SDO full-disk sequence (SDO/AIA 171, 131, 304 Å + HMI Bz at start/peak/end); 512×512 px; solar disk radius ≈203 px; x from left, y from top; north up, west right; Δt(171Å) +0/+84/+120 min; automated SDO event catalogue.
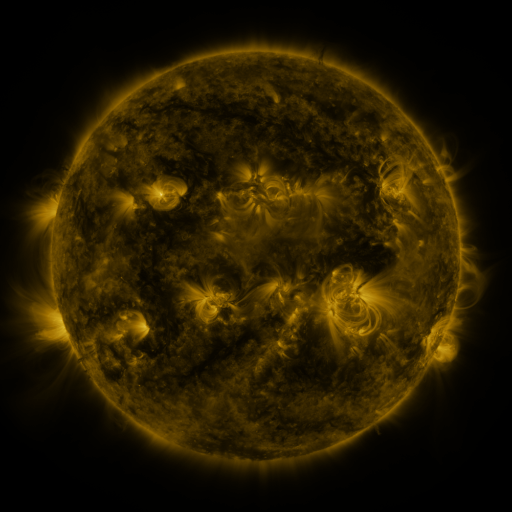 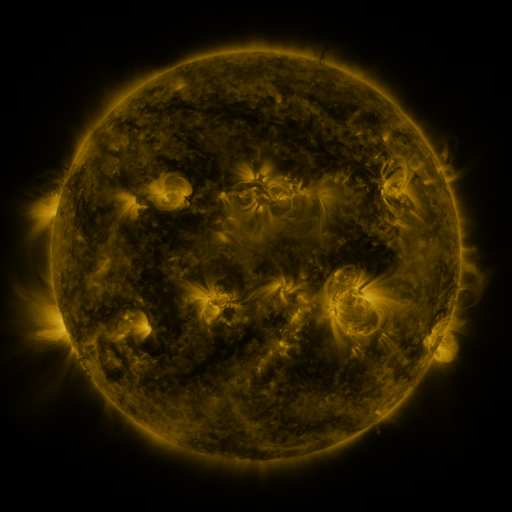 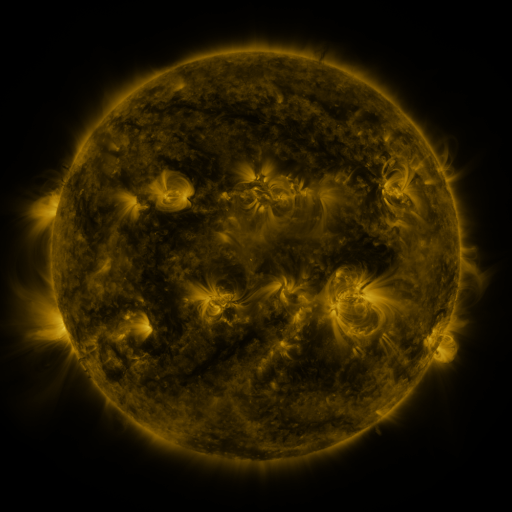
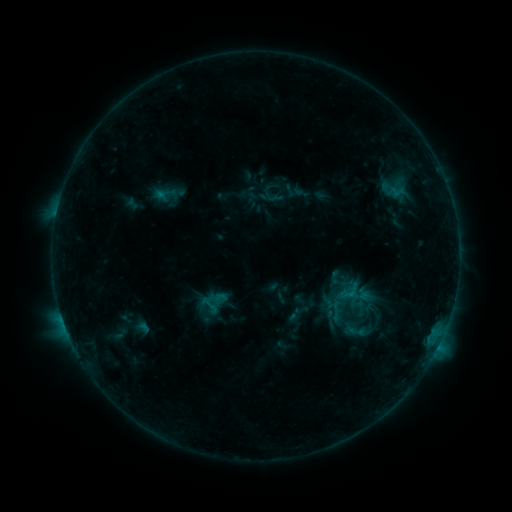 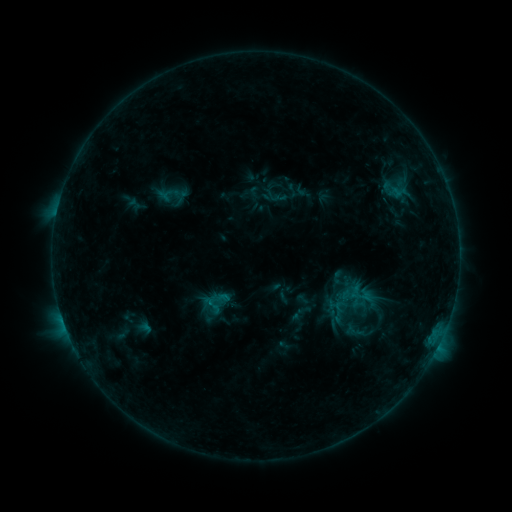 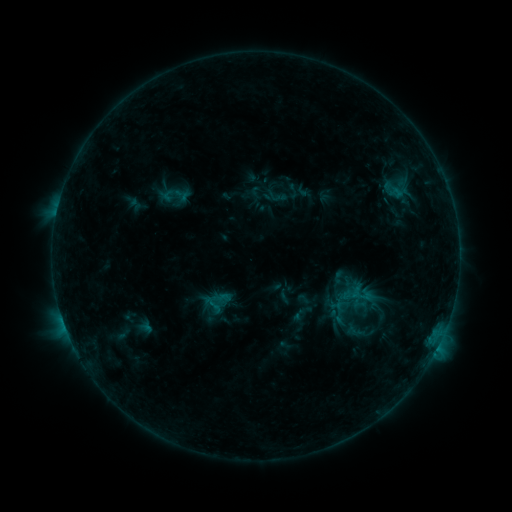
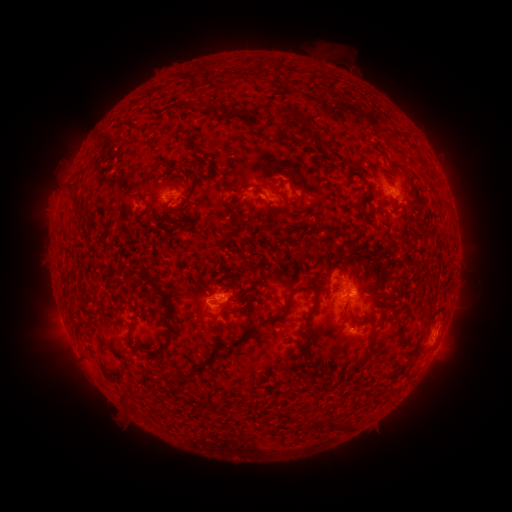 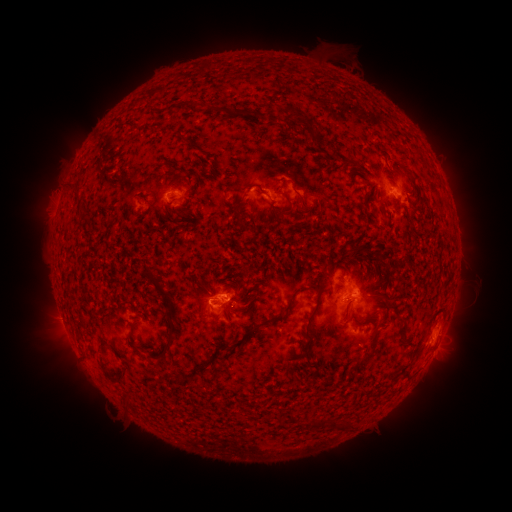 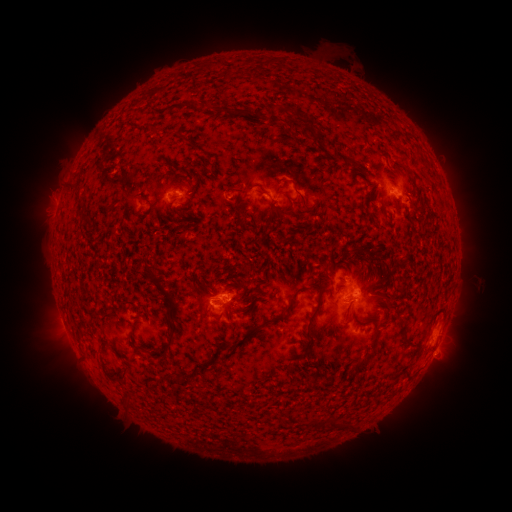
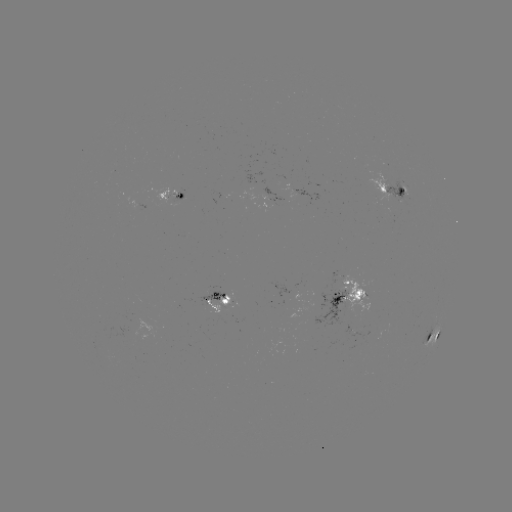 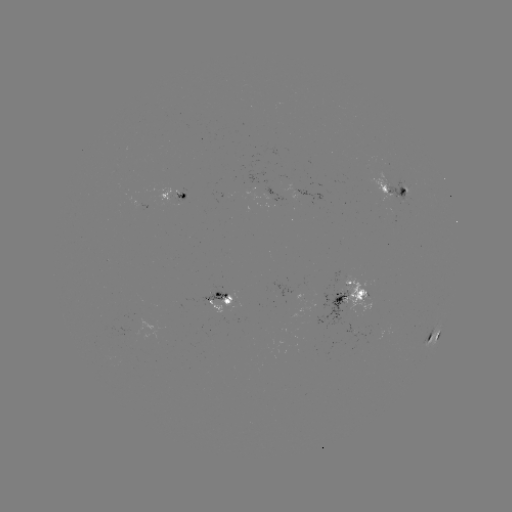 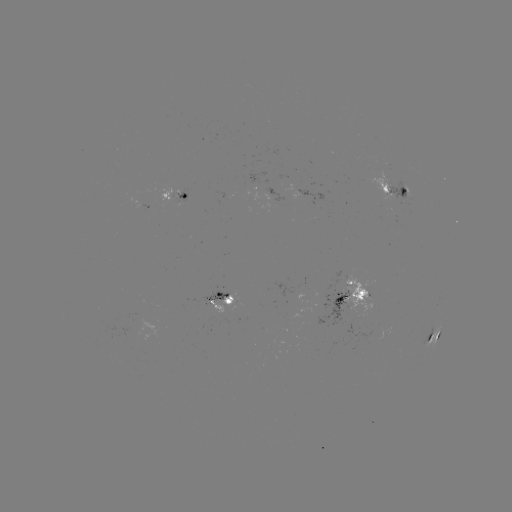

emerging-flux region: <bbox>399, 180, 412, 197</bbox>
